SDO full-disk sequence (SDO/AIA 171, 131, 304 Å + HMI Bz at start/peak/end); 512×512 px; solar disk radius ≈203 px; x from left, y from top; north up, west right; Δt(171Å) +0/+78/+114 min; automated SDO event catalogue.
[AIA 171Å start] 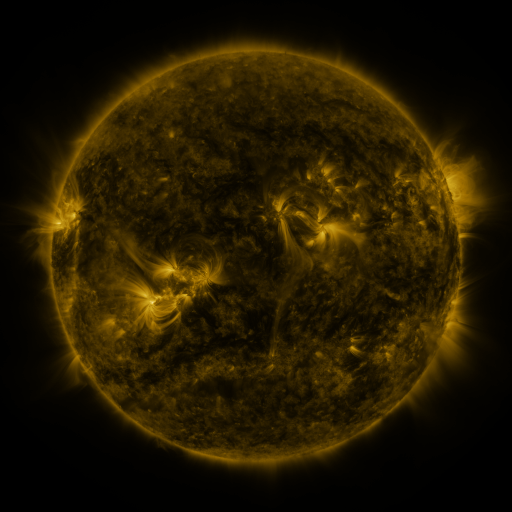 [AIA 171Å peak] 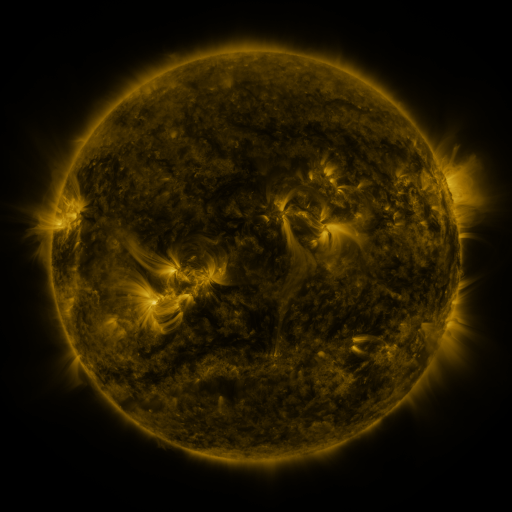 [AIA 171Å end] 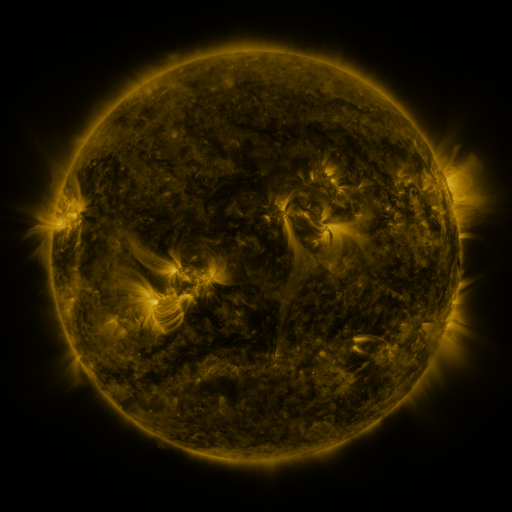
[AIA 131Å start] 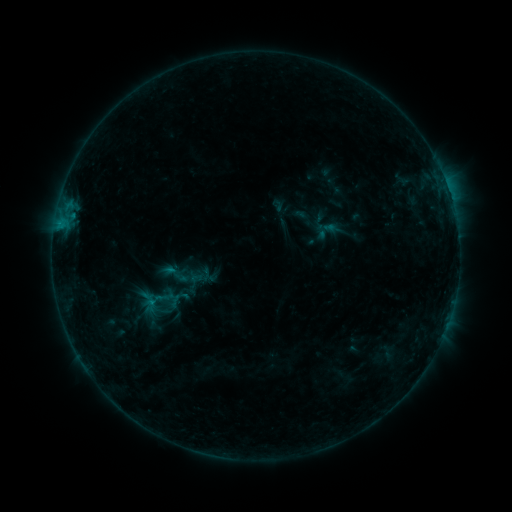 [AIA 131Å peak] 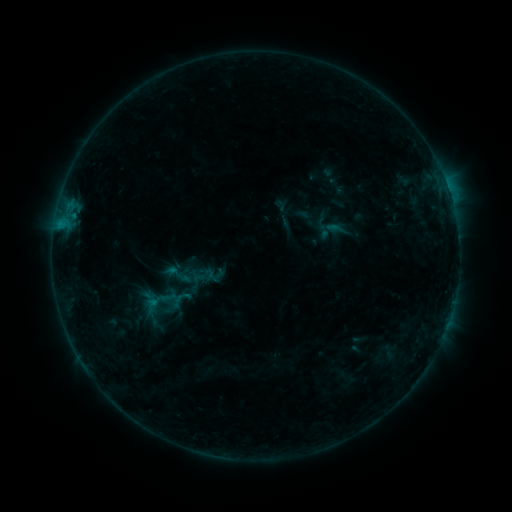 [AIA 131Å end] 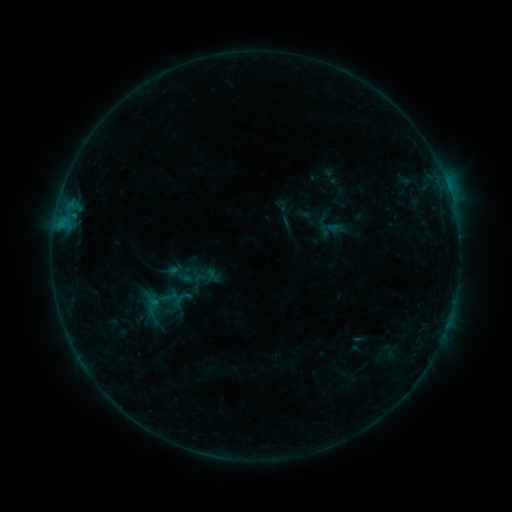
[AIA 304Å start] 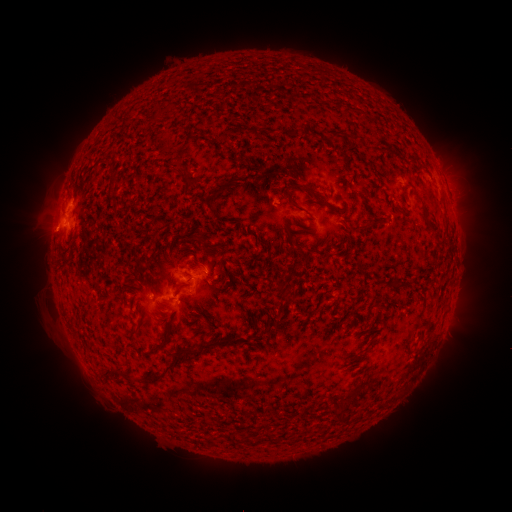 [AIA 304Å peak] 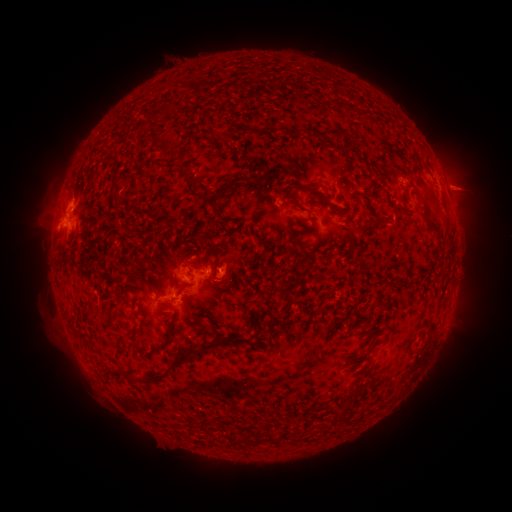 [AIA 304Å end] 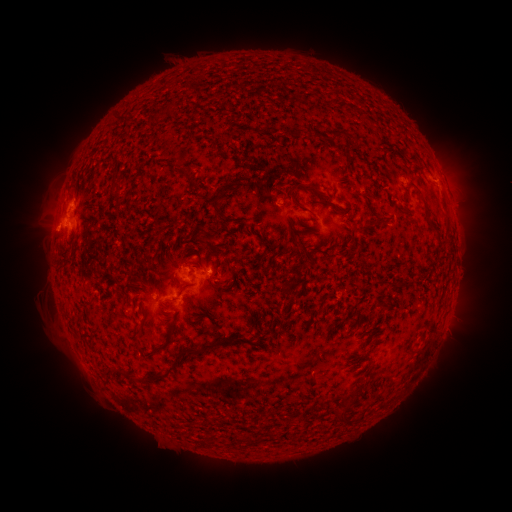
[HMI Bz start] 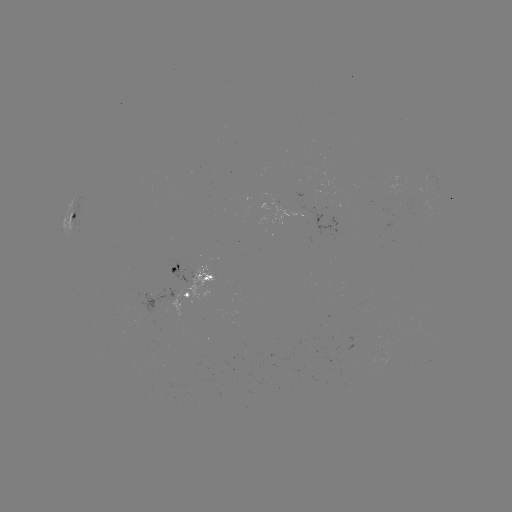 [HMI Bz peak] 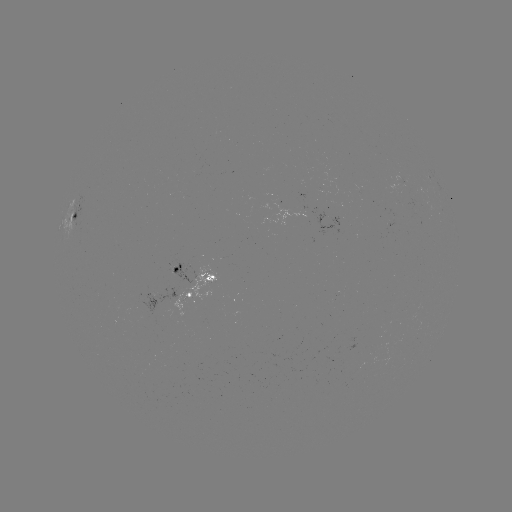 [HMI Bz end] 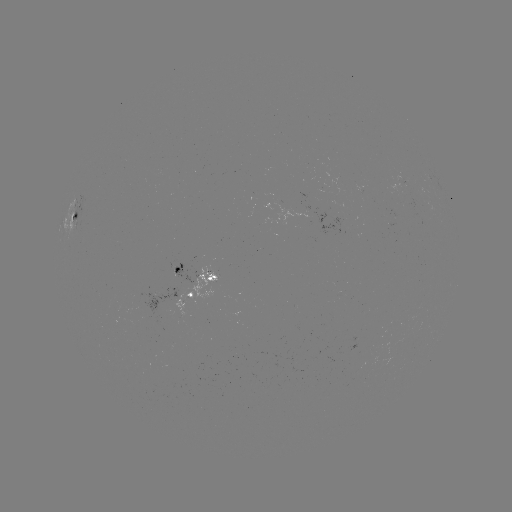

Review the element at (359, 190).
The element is emerging-flux region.